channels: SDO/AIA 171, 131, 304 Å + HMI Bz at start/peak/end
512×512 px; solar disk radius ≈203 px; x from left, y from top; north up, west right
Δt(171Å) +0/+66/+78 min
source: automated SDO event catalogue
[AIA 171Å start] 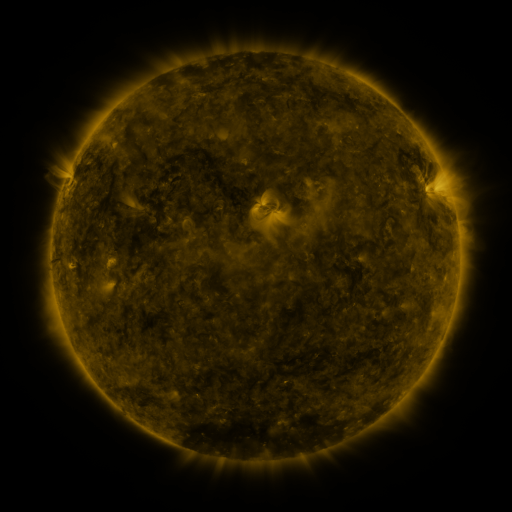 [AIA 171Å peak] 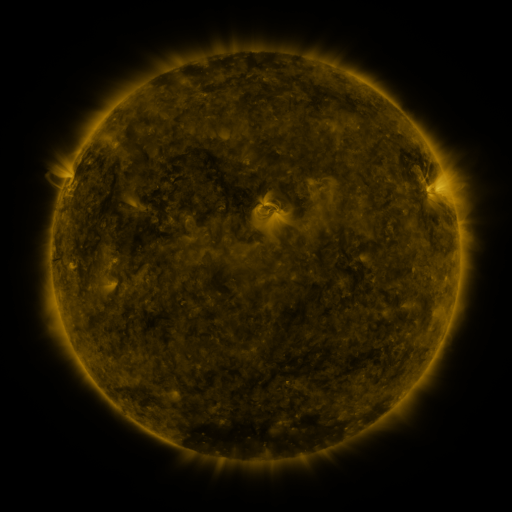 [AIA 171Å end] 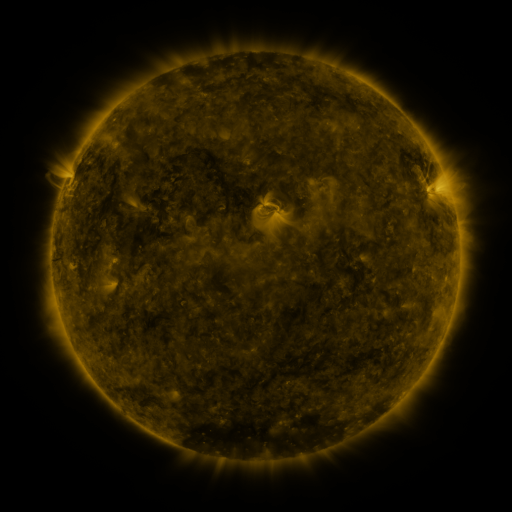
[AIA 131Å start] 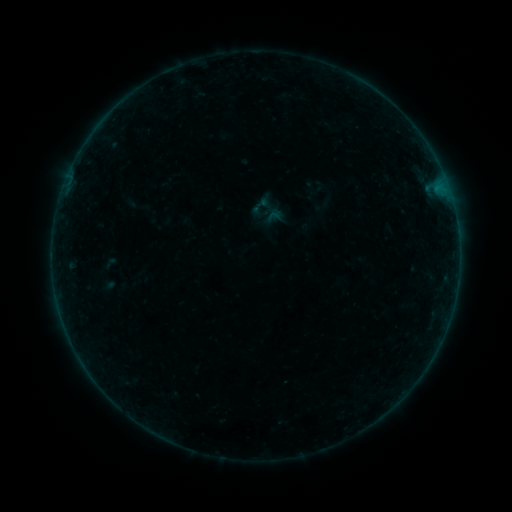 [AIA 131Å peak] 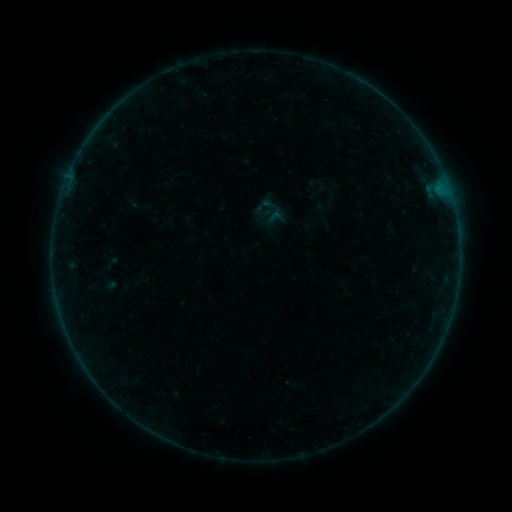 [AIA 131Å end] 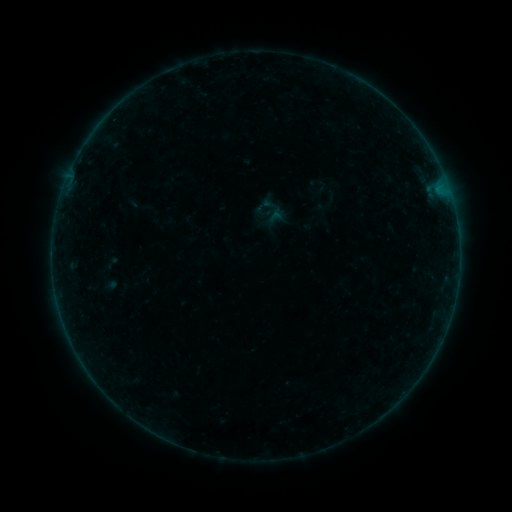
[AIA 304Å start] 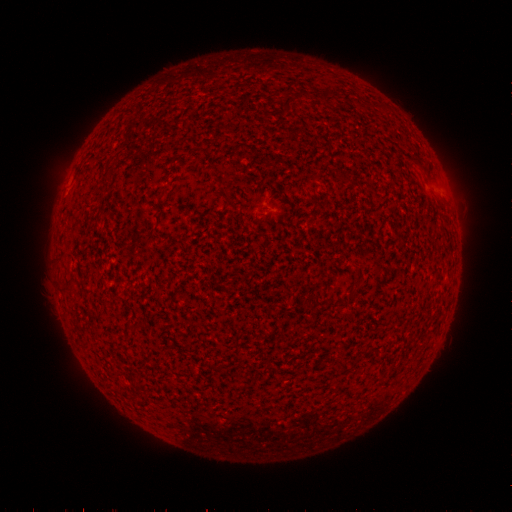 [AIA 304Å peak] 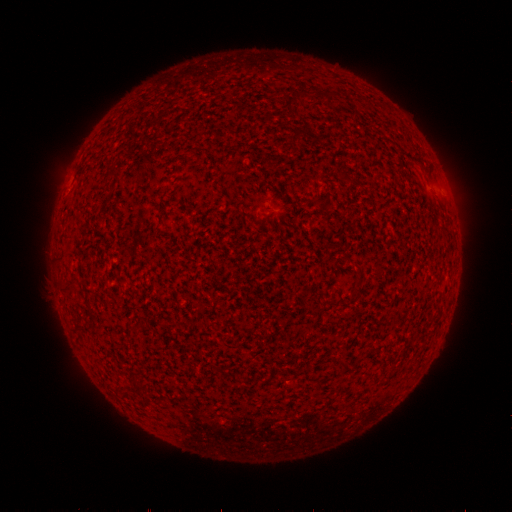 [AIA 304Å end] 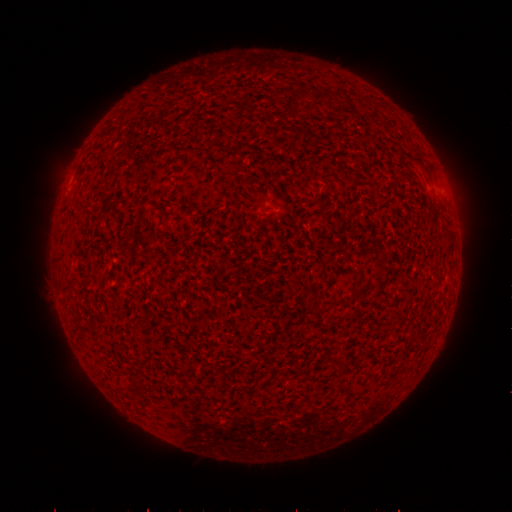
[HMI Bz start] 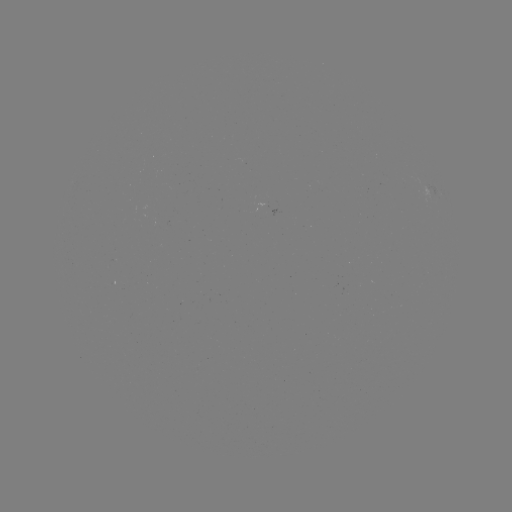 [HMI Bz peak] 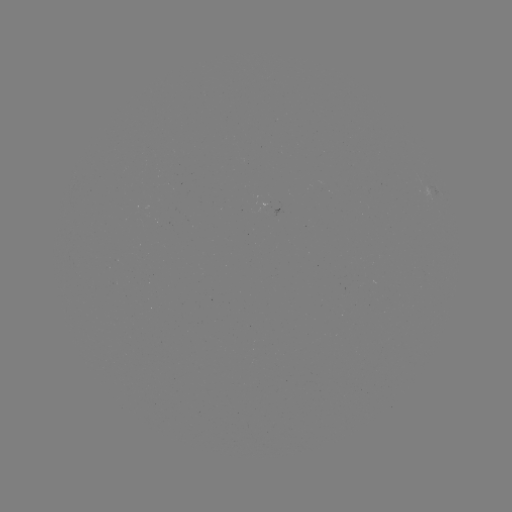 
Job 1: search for B5.1 flare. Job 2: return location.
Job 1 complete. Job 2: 442,196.